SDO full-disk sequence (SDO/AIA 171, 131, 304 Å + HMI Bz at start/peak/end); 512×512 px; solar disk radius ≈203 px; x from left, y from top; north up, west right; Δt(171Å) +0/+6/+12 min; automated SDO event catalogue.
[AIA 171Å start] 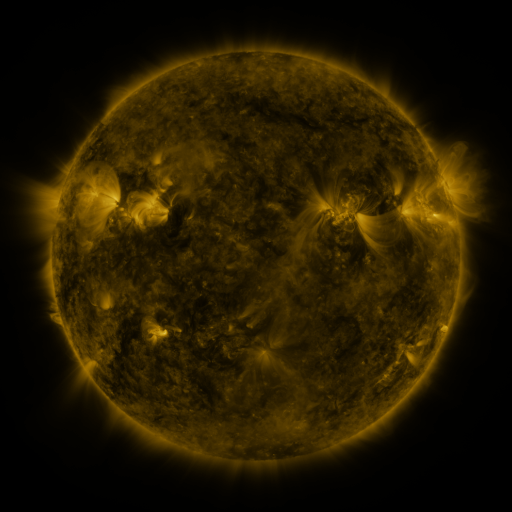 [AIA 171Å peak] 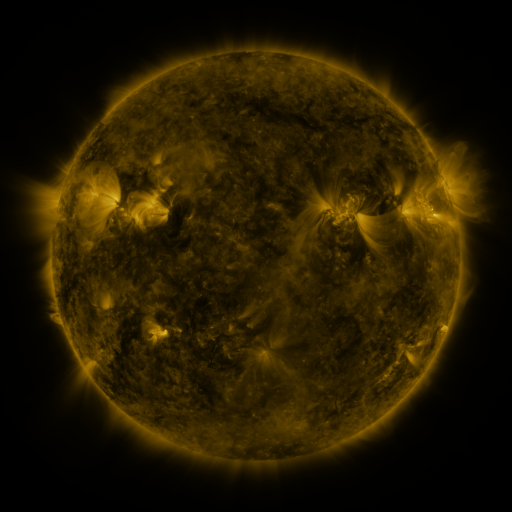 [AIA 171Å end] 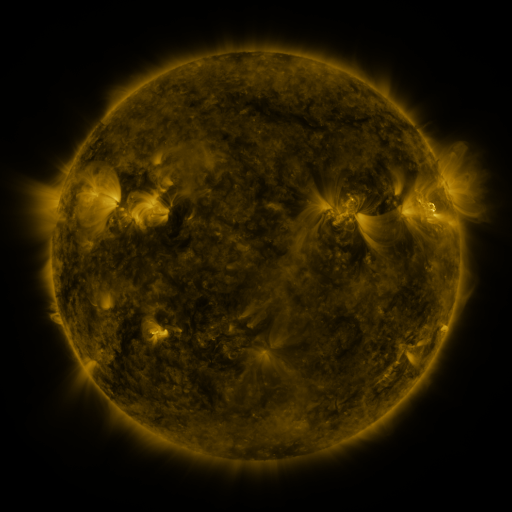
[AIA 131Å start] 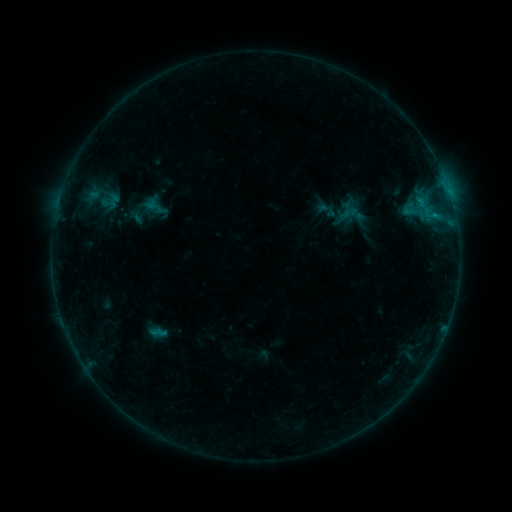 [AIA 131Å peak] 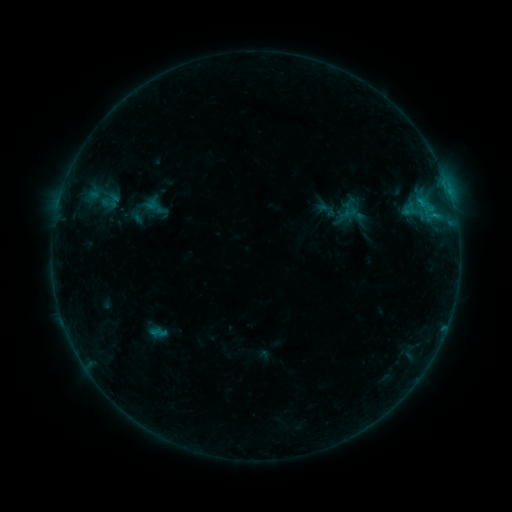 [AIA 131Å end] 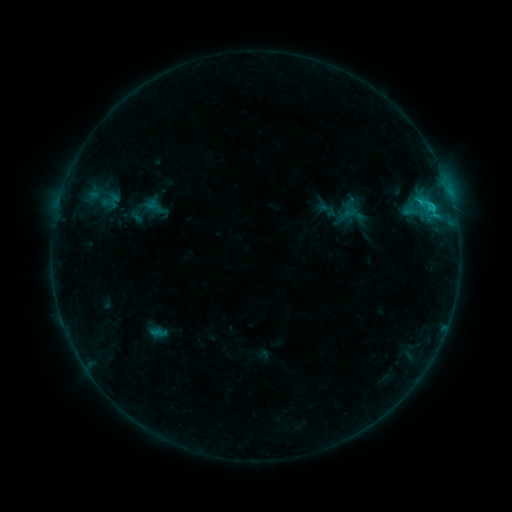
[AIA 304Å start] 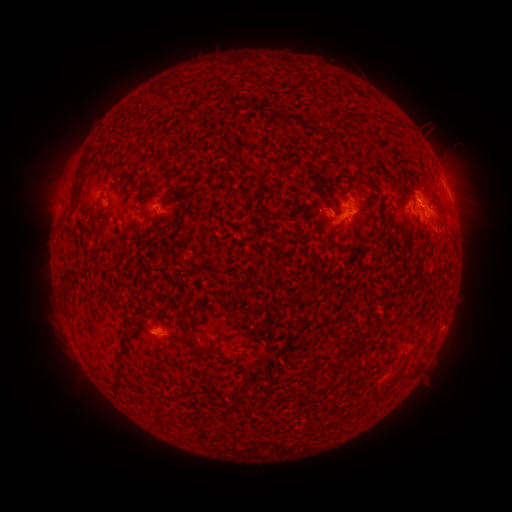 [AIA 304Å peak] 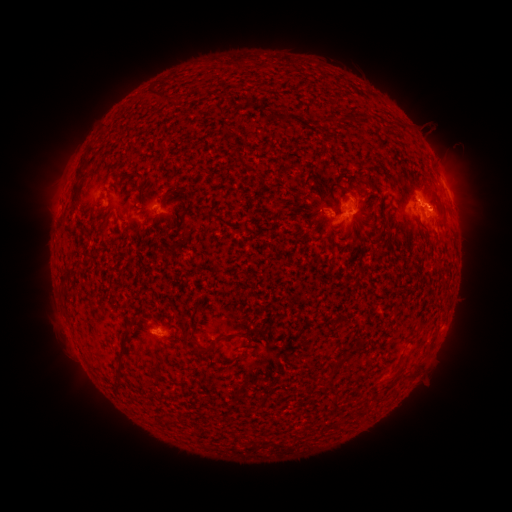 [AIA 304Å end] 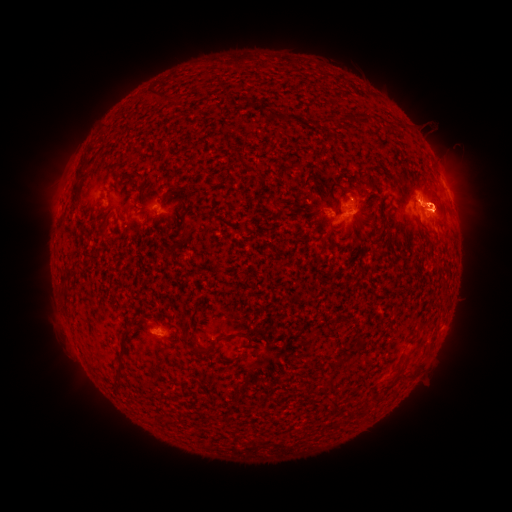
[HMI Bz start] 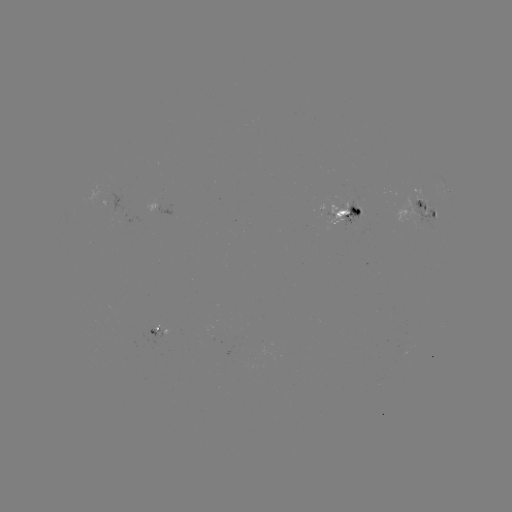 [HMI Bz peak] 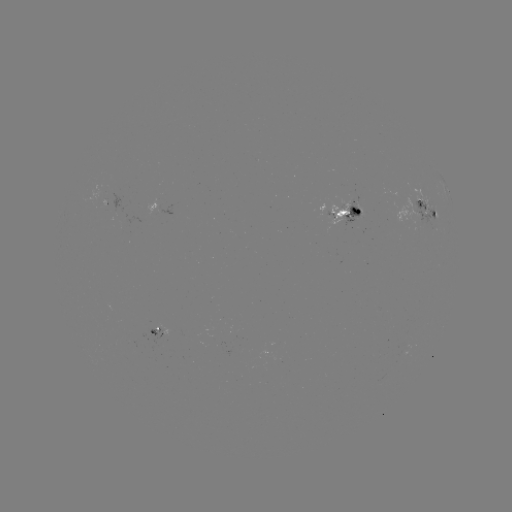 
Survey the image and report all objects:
C1.4 flare: (430, 209)
